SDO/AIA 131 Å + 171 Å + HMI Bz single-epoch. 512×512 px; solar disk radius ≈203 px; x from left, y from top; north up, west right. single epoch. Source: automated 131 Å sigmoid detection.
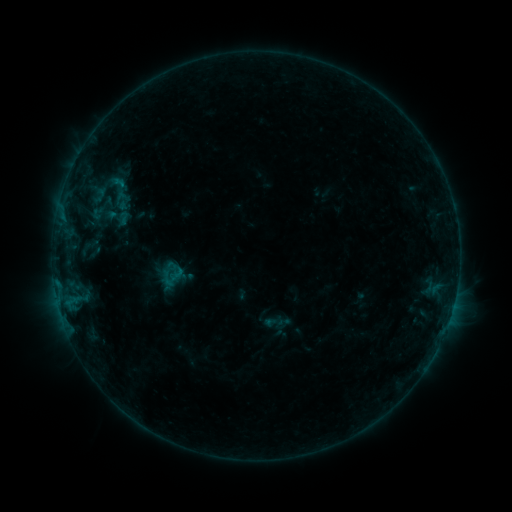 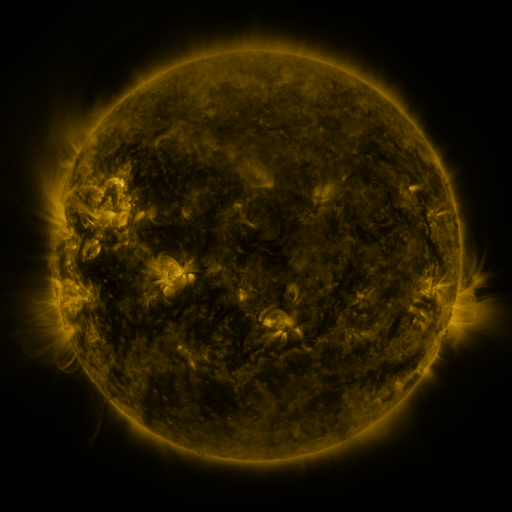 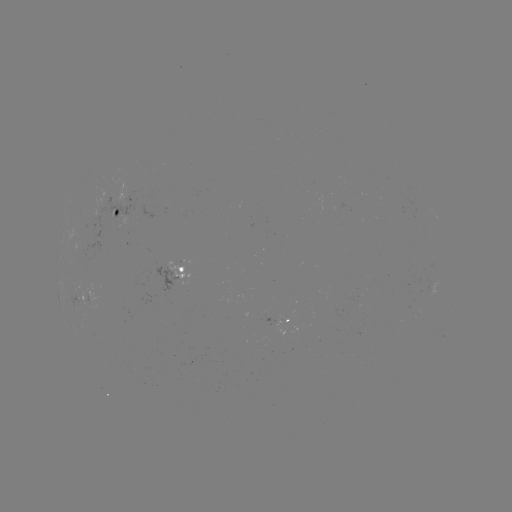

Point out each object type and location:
sigmoid: [99, 172, 140, 212]
sigmoid: [91, 206, 106, 221]
